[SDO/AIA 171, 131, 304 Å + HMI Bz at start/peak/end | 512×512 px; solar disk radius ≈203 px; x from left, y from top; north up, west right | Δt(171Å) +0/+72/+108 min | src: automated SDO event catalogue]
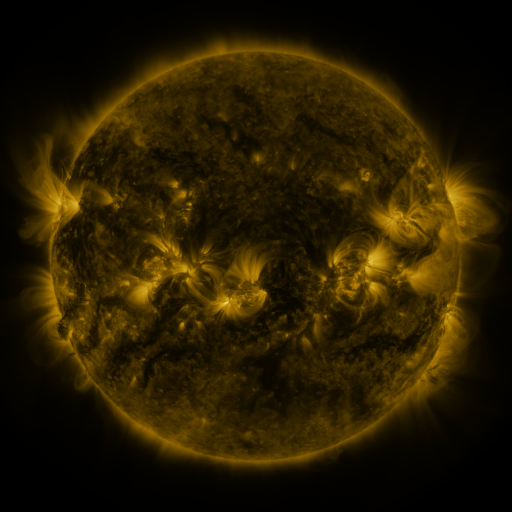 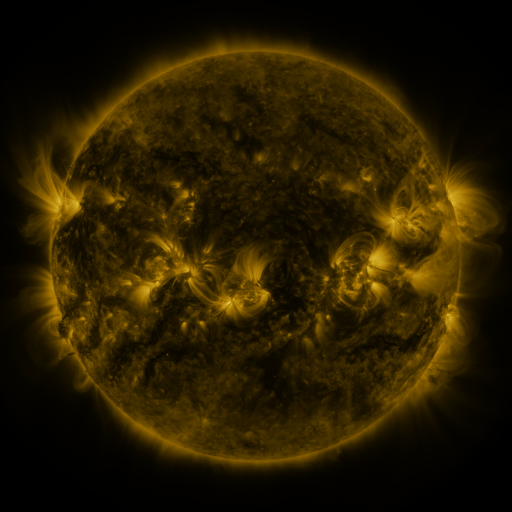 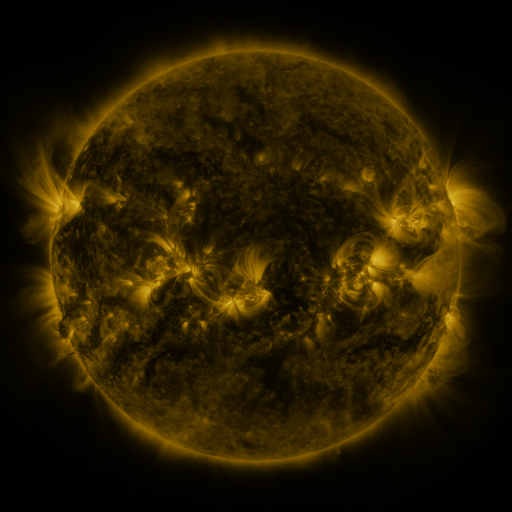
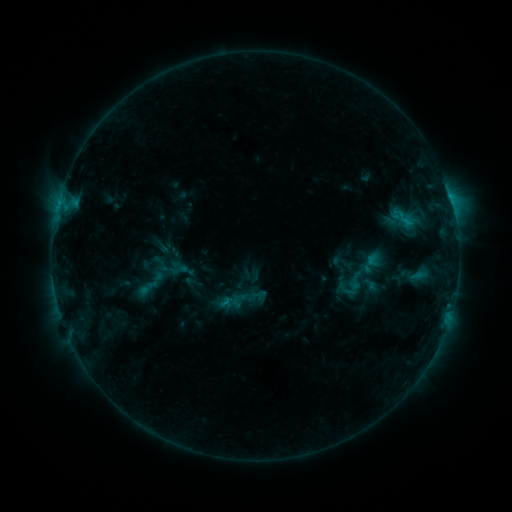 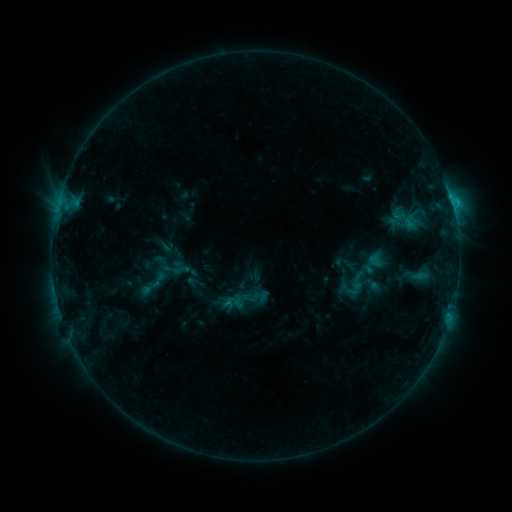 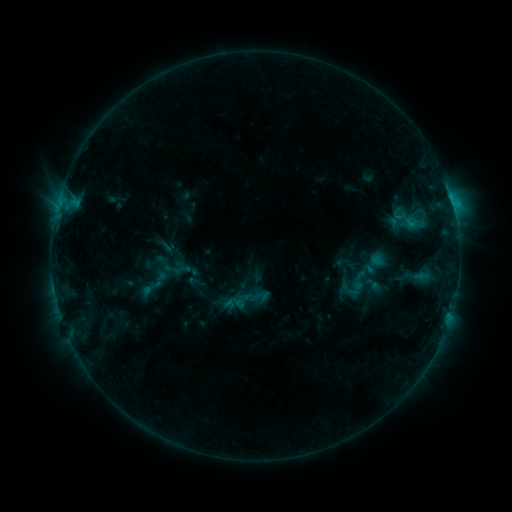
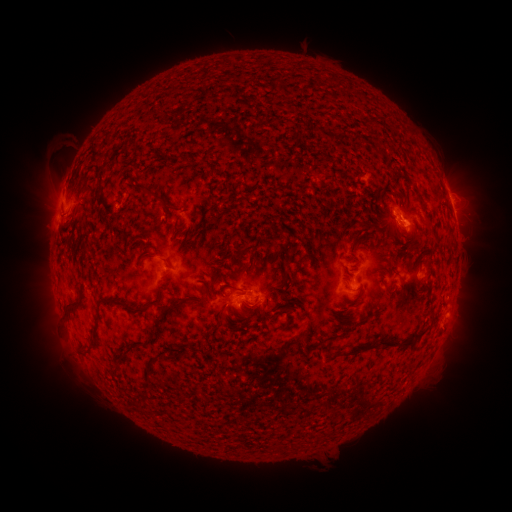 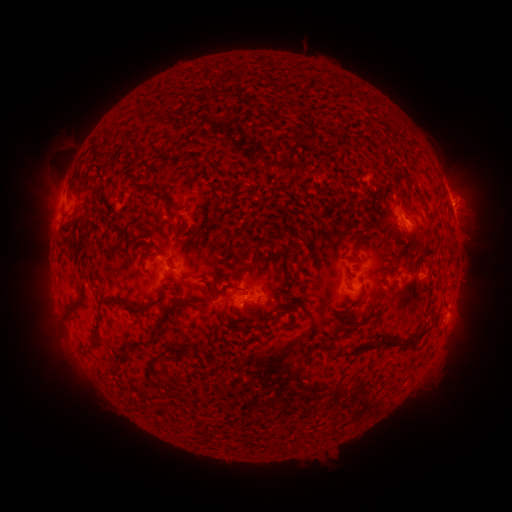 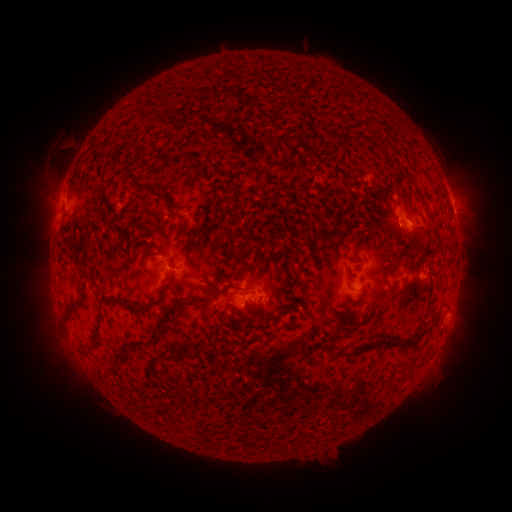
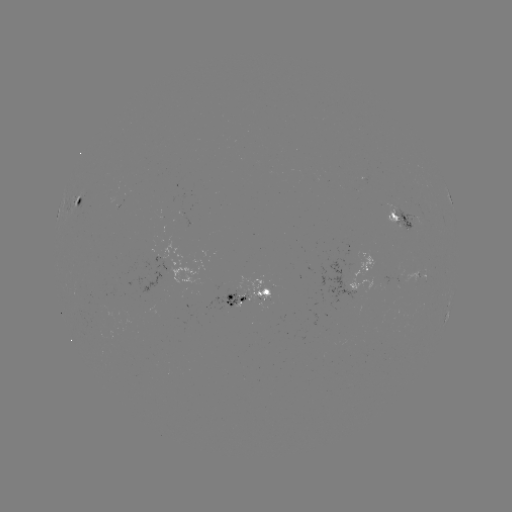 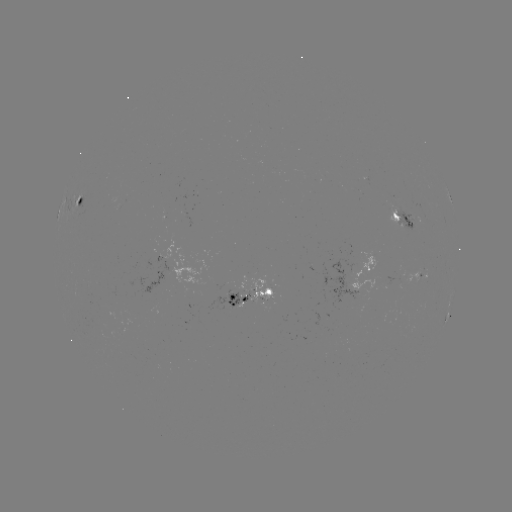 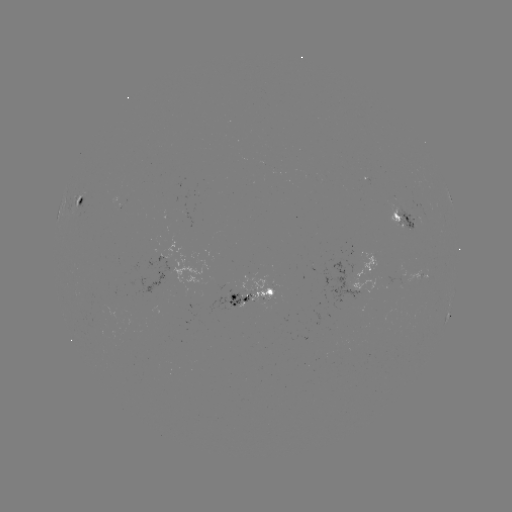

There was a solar emerging-flux region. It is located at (394, 206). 